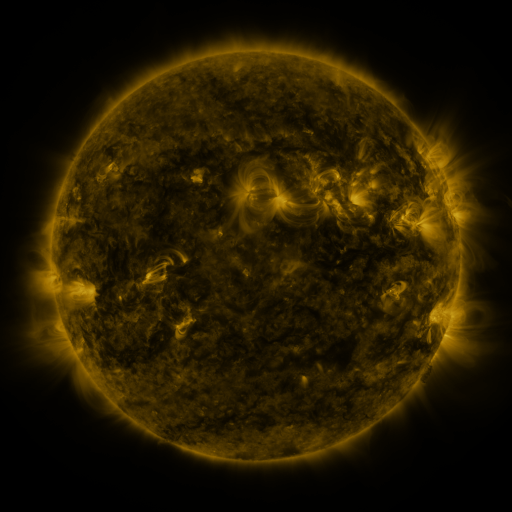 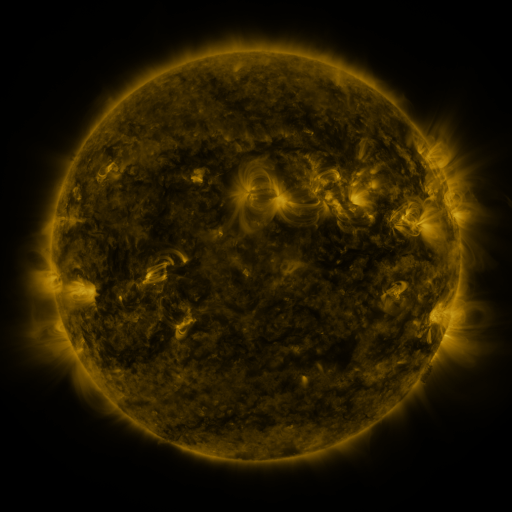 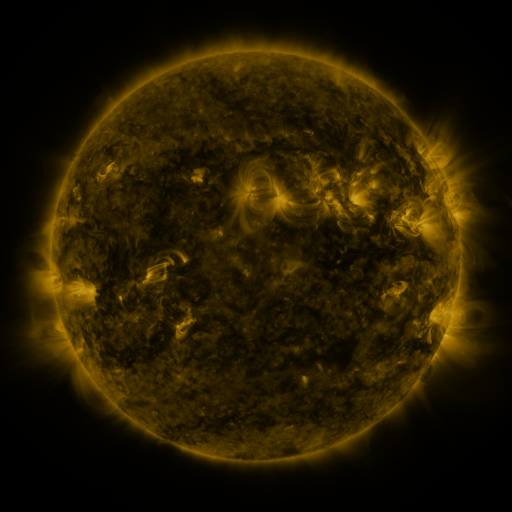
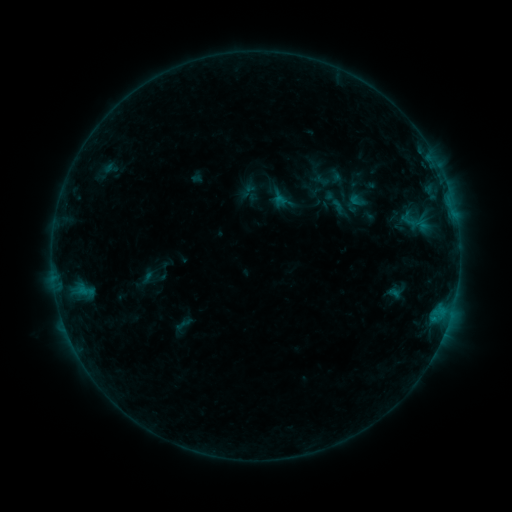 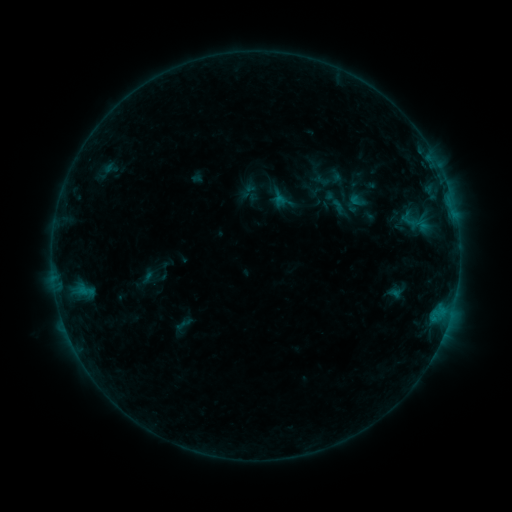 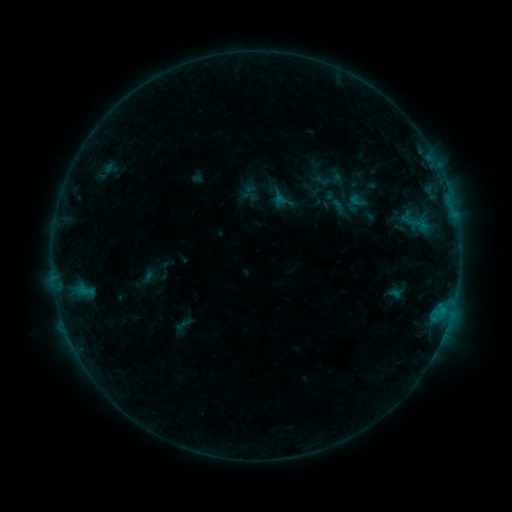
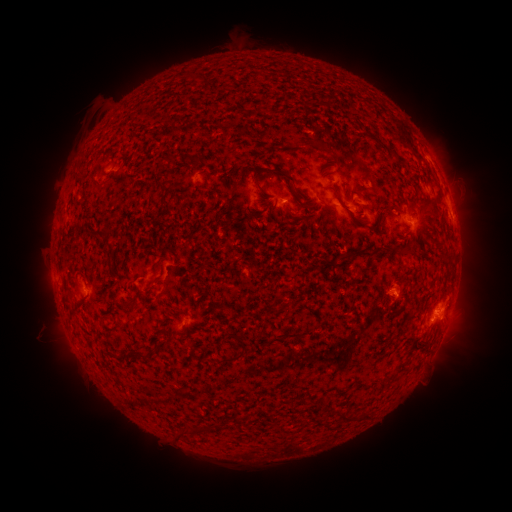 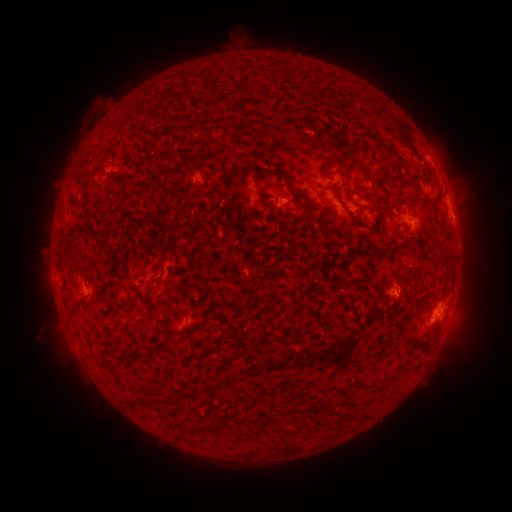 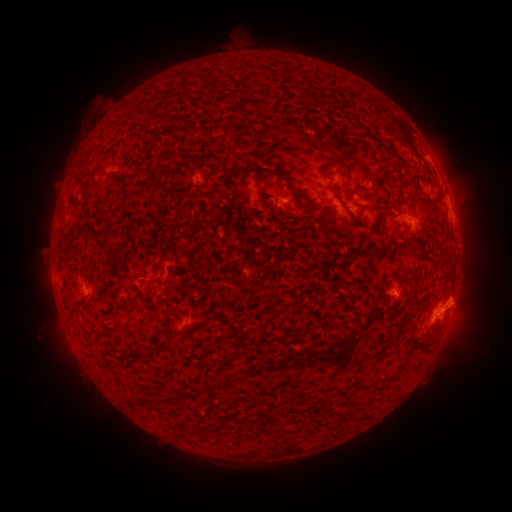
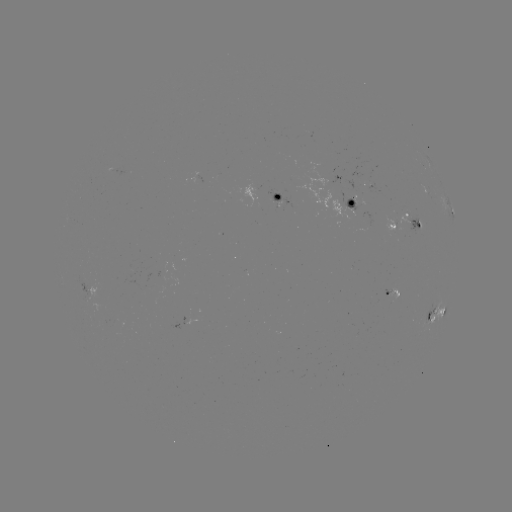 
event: flare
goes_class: C1.0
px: (438, 314)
